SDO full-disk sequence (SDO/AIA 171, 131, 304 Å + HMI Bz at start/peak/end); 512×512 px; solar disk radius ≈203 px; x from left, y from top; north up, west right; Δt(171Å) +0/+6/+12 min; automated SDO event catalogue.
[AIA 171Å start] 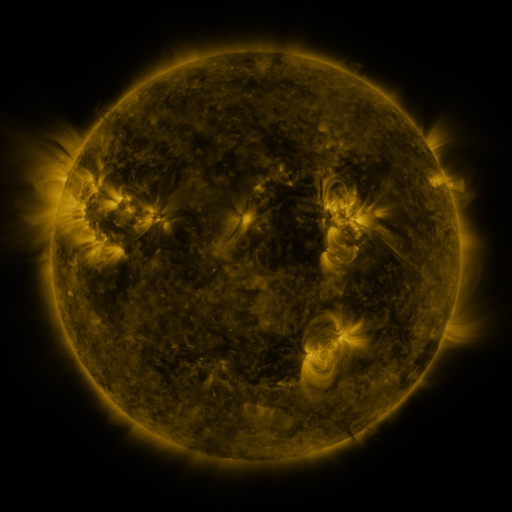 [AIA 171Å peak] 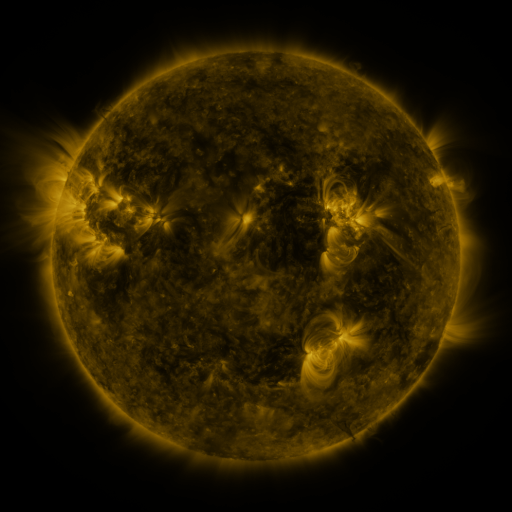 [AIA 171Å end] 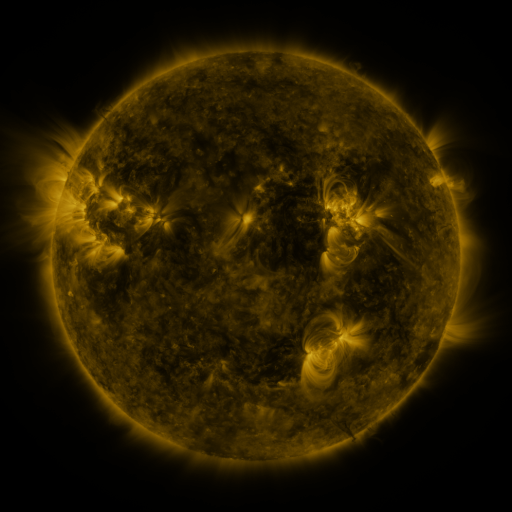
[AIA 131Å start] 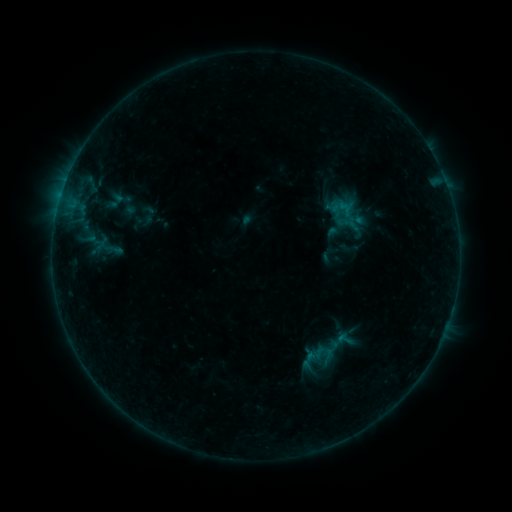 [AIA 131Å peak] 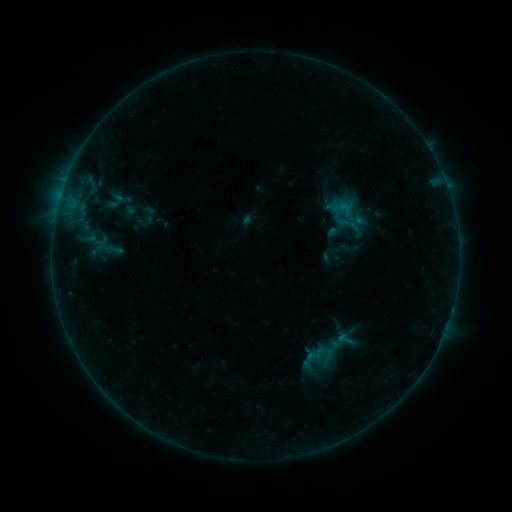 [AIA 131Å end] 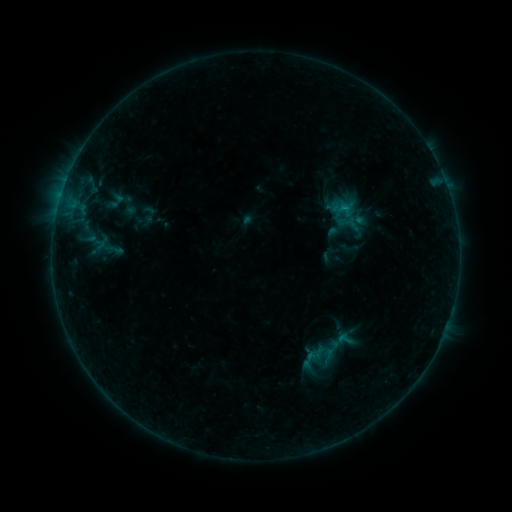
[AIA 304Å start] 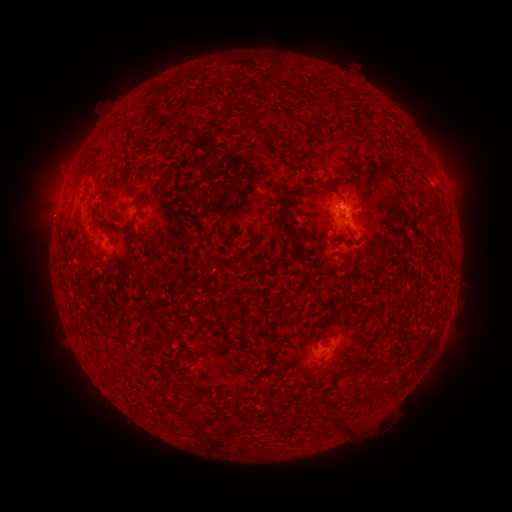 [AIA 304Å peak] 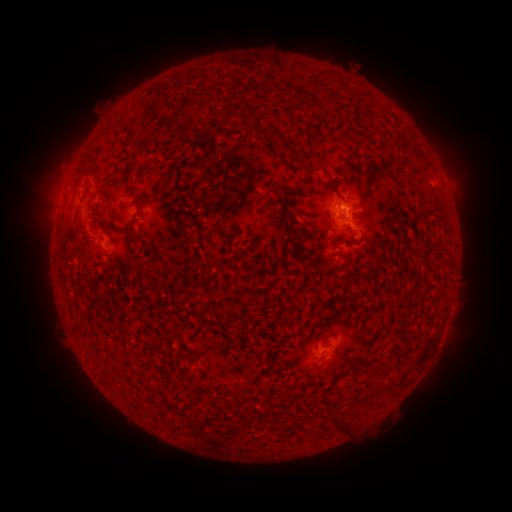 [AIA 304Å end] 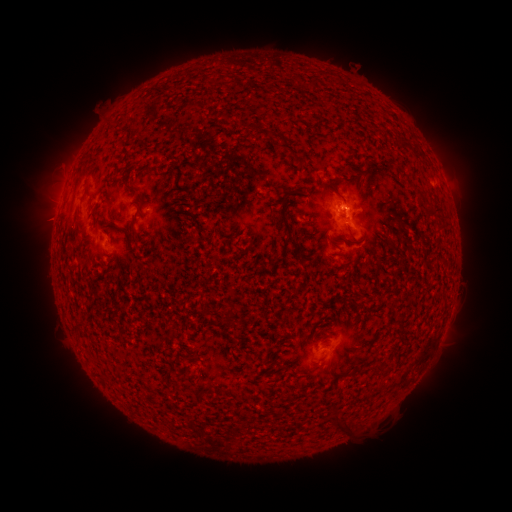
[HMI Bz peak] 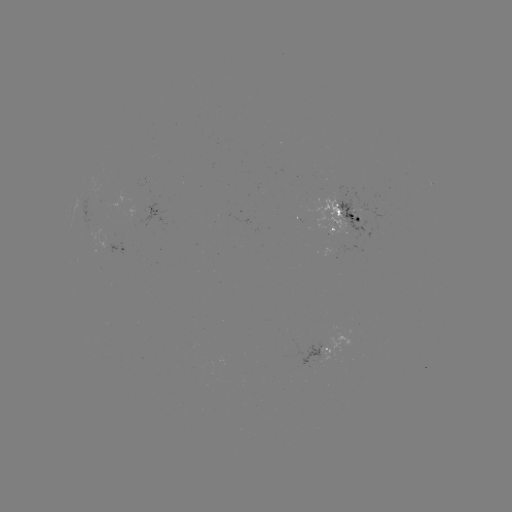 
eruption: (20, 195, 72, 243)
